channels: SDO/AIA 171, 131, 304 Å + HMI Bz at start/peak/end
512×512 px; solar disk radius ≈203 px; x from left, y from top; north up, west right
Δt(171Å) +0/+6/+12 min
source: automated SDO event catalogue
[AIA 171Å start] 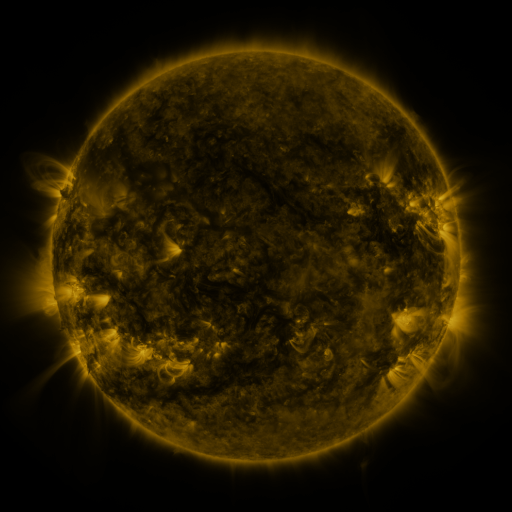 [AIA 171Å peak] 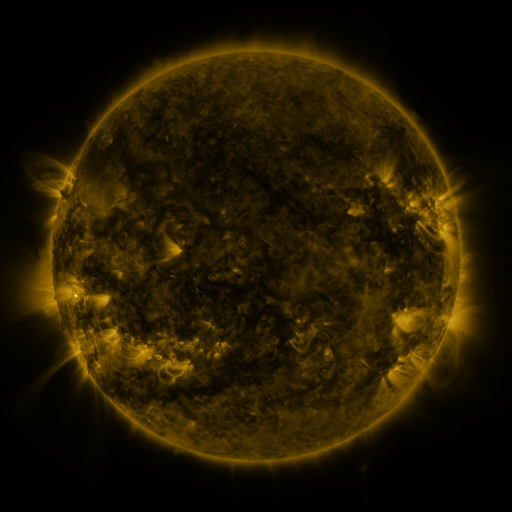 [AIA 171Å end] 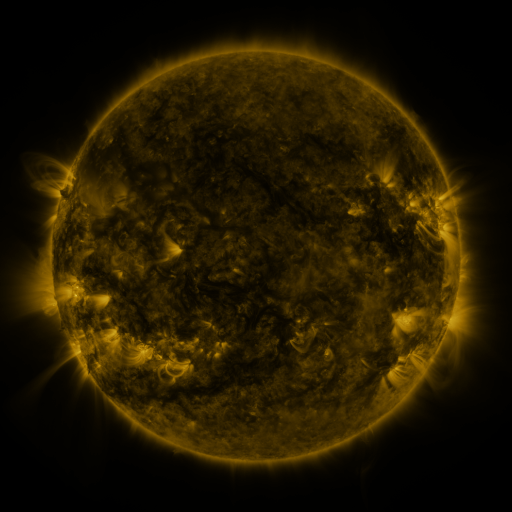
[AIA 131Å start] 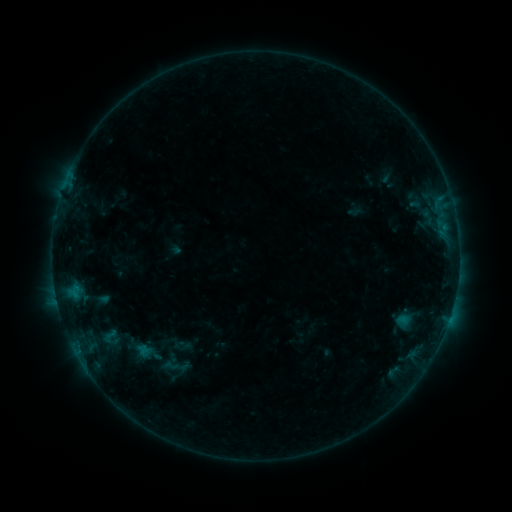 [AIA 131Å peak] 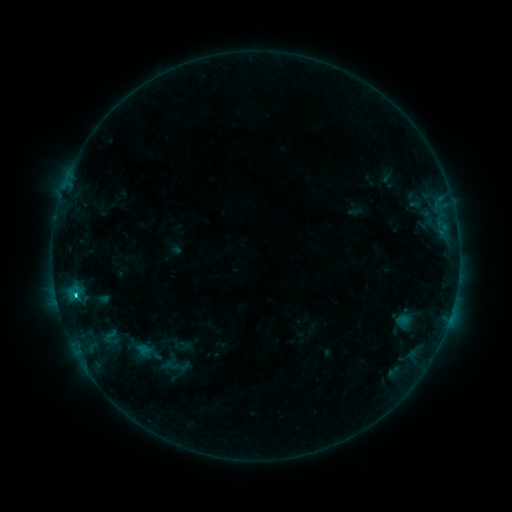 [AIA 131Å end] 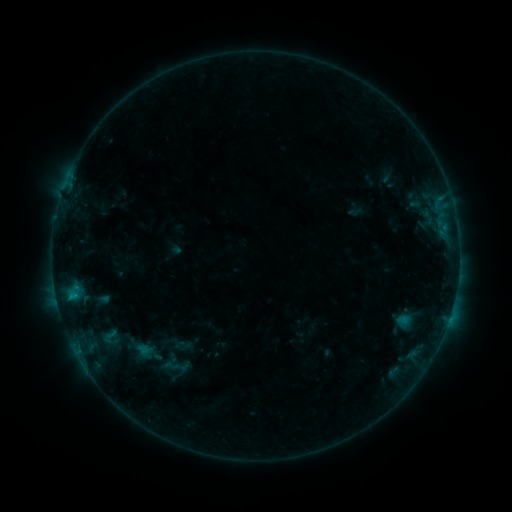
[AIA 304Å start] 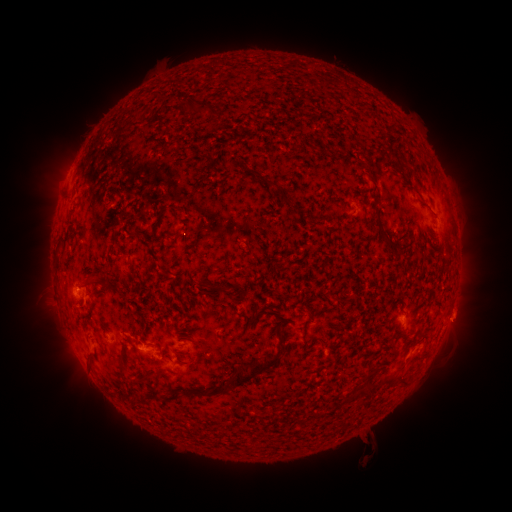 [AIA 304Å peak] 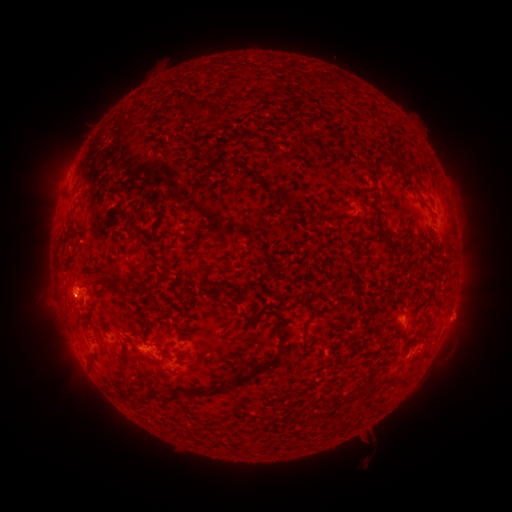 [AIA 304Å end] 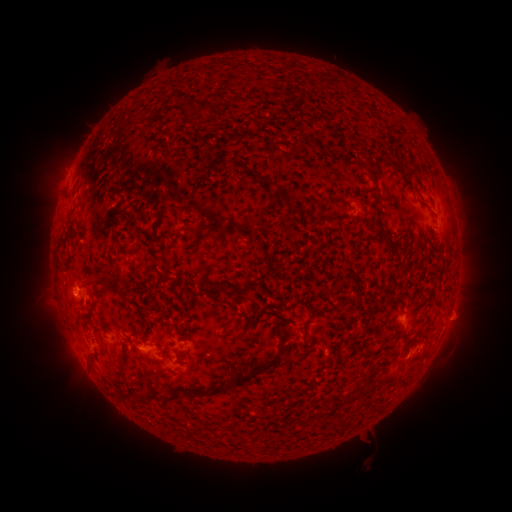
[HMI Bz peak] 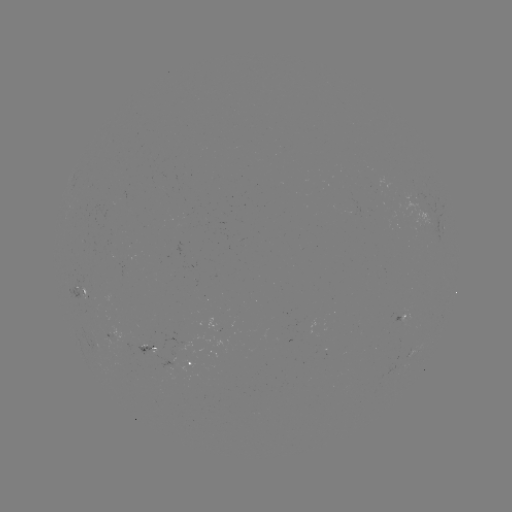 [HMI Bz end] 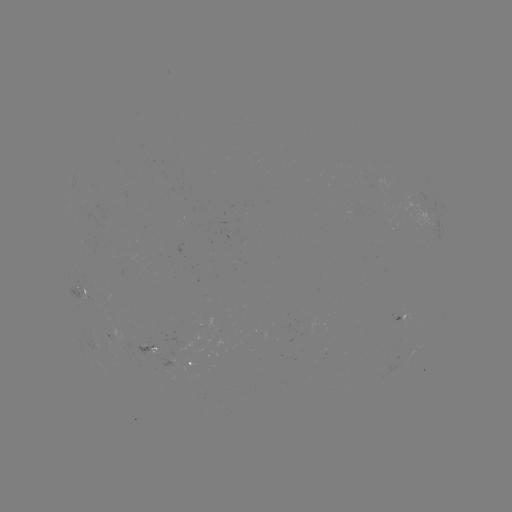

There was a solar flare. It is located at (77, 291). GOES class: C1.3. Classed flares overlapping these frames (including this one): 1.